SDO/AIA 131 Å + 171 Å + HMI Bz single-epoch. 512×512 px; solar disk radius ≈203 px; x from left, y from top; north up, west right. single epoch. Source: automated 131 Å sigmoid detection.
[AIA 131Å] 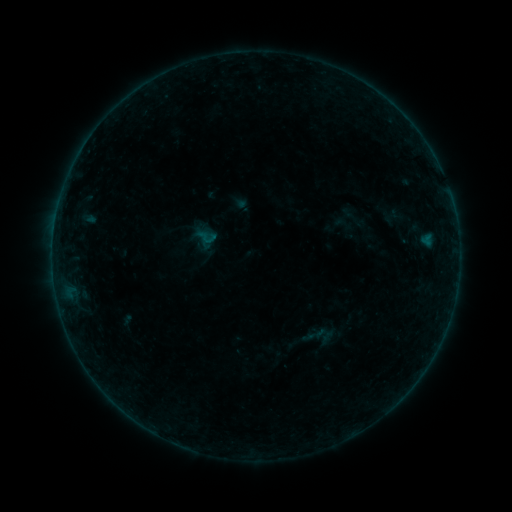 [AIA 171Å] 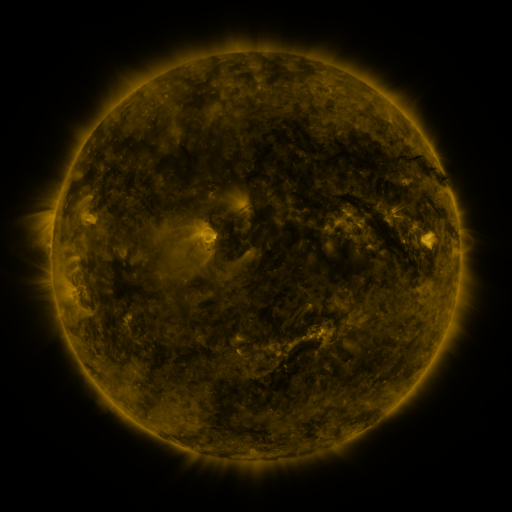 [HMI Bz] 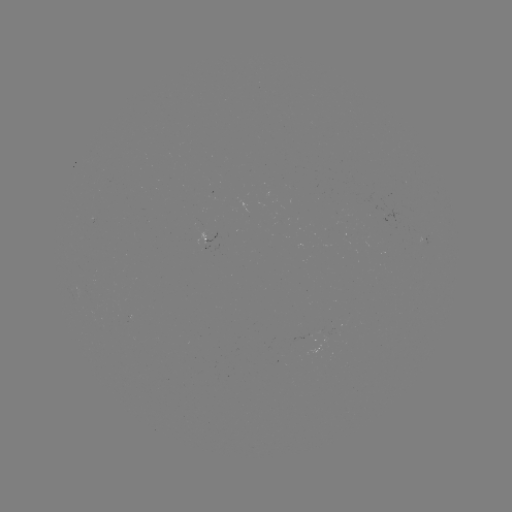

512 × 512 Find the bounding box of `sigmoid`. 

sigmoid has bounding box [196, 225, 218, 249].